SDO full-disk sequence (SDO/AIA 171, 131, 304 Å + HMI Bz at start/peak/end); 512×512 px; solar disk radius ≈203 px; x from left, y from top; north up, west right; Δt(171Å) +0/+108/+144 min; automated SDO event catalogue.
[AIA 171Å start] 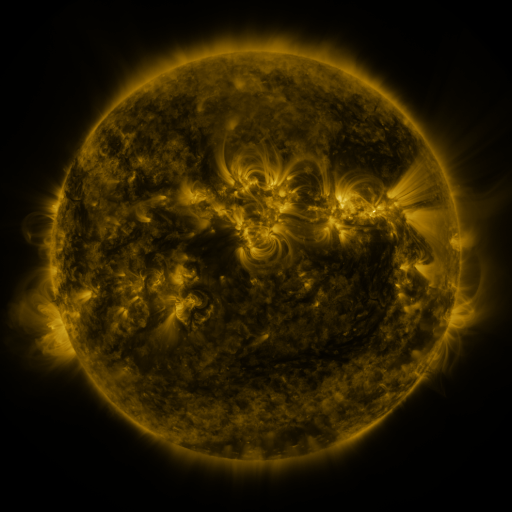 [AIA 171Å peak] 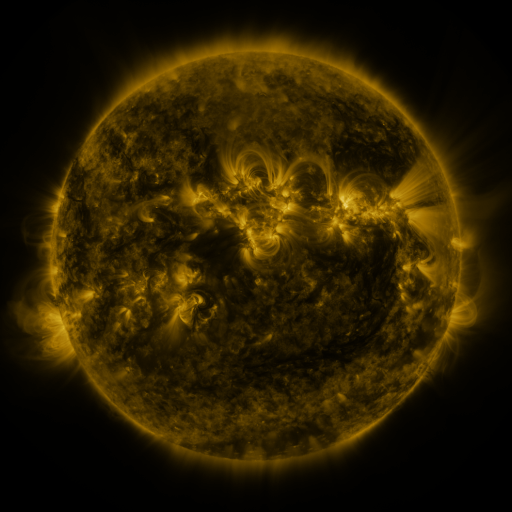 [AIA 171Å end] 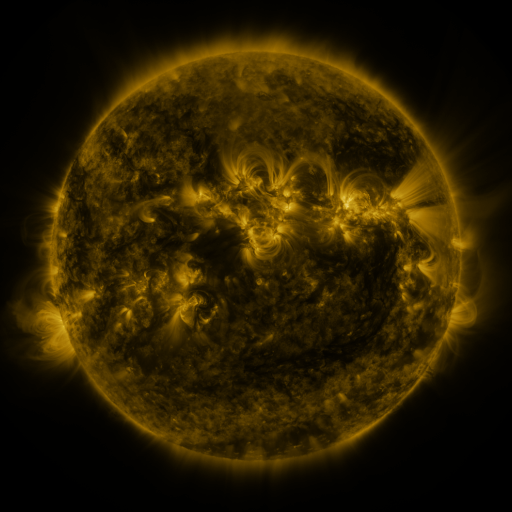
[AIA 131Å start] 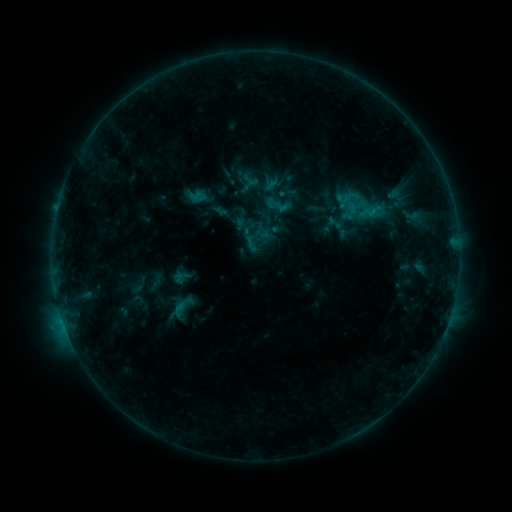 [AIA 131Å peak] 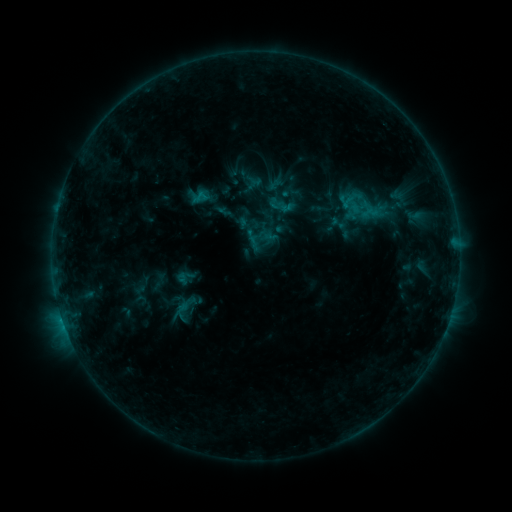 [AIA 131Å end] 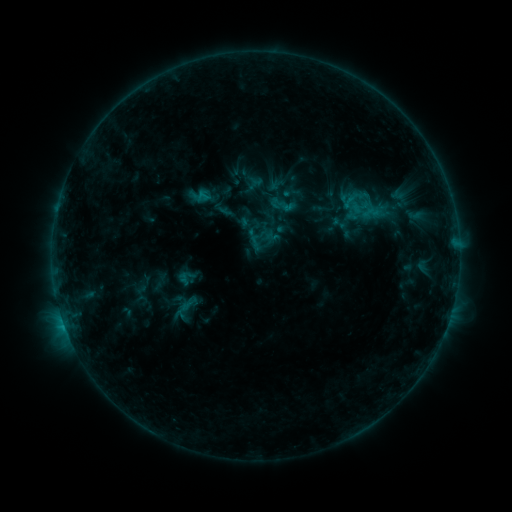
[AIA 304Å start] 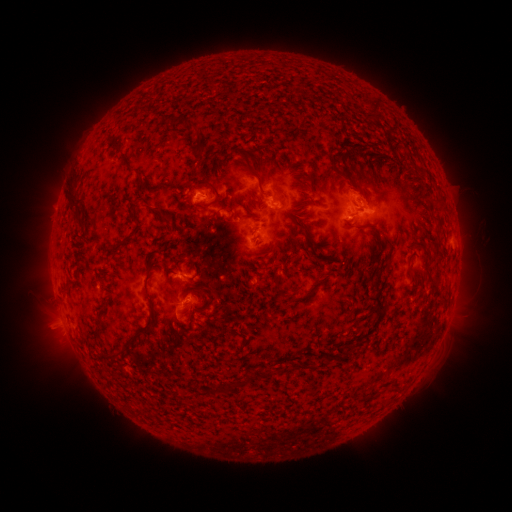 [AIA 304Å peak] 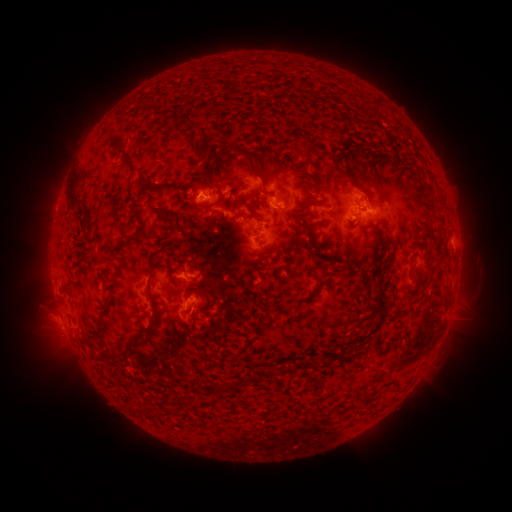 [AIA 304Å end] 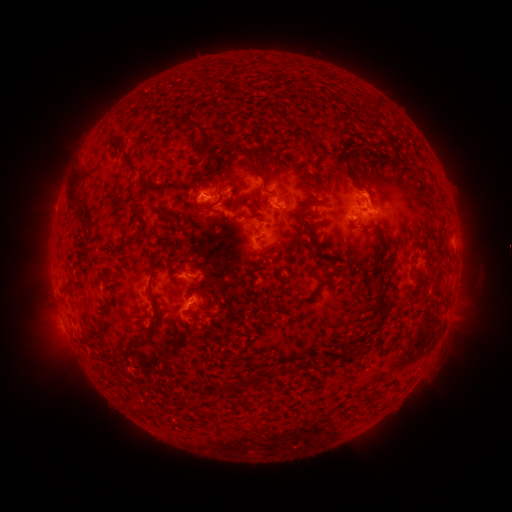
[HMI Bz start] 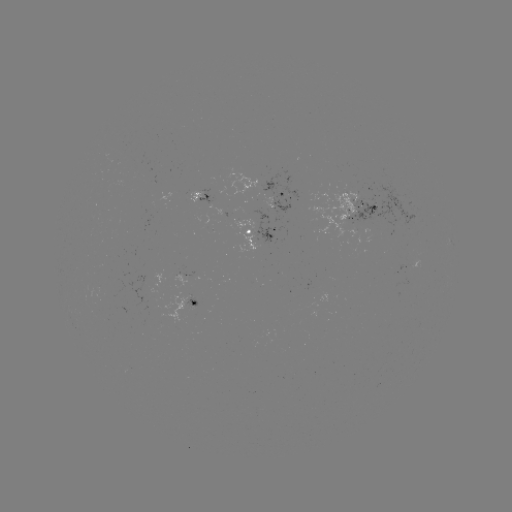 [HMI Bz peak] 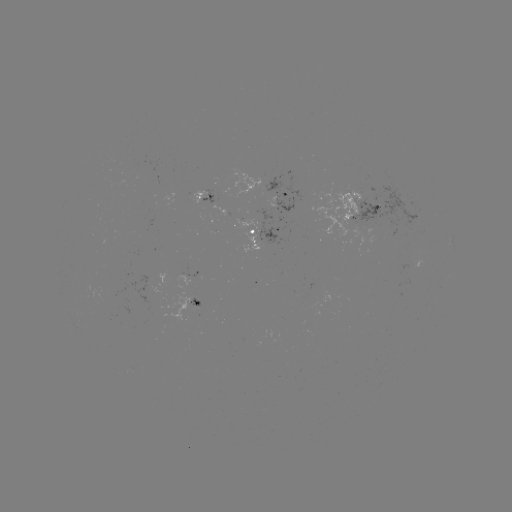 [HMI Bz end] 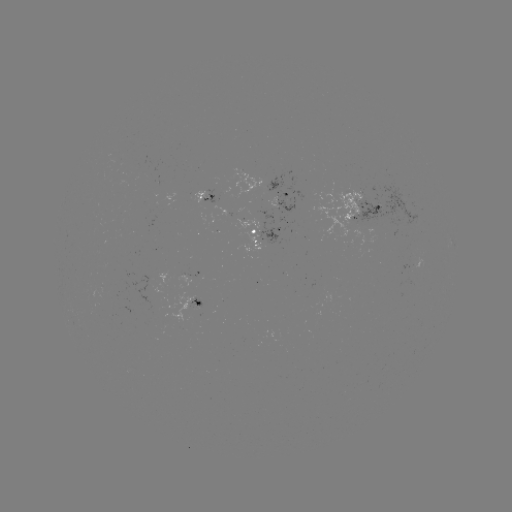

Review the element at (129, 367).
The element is emerging-flux region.